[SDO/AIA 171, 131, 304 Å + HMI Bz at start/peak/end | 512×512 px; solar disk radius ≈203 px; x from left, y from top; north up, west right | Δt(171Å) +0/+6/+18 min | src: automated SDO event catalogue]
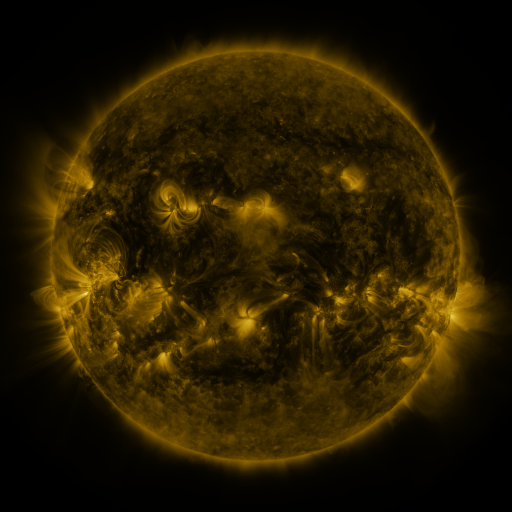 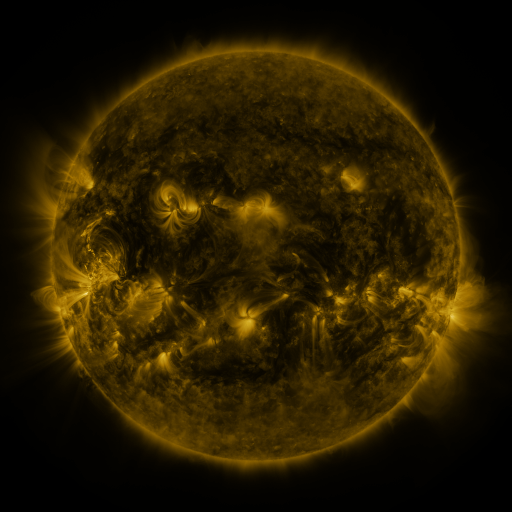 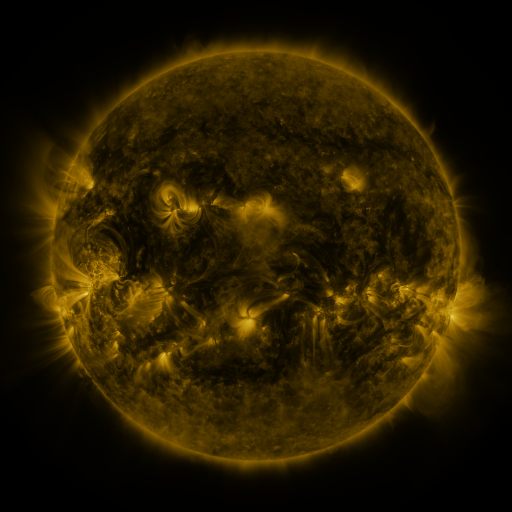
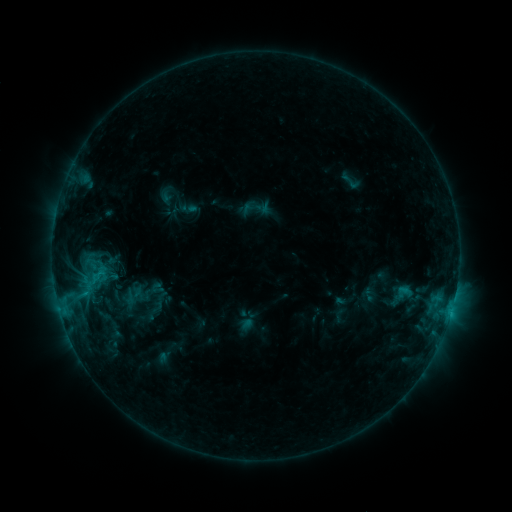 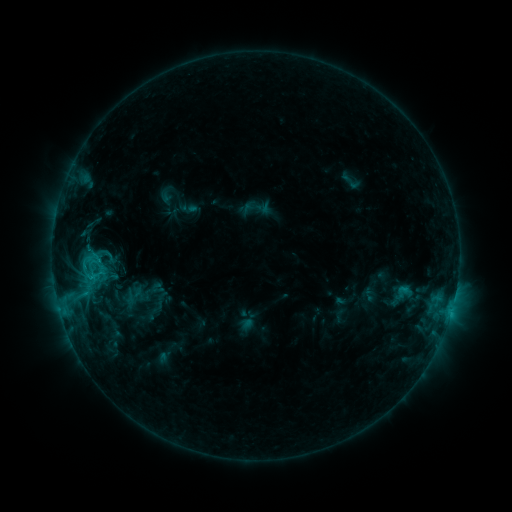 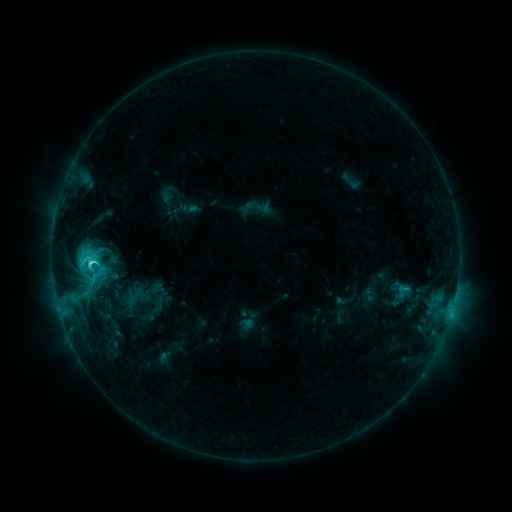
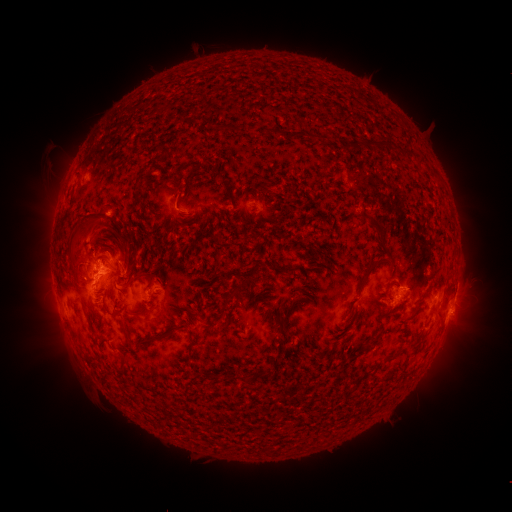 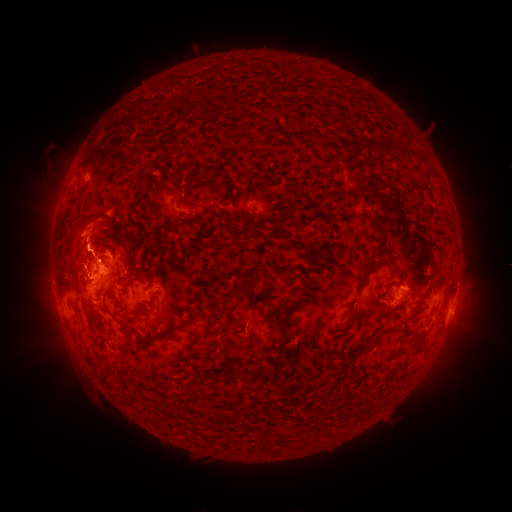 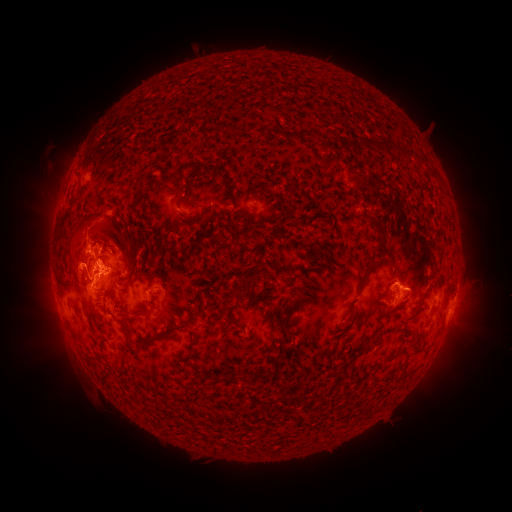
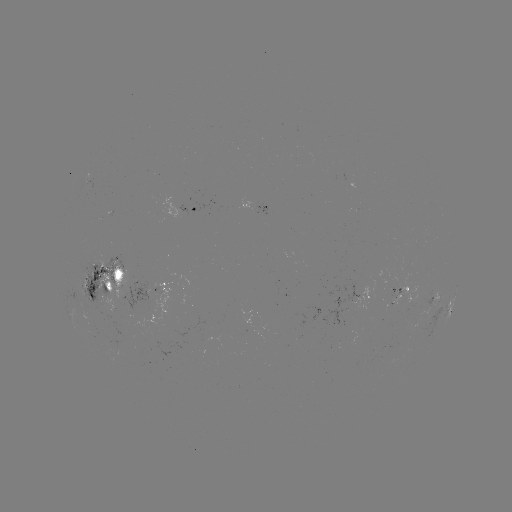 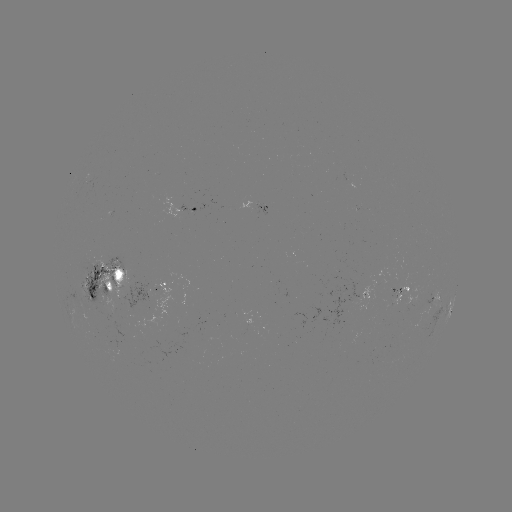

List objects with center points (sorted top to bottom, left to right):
eruption: (99, 239)
